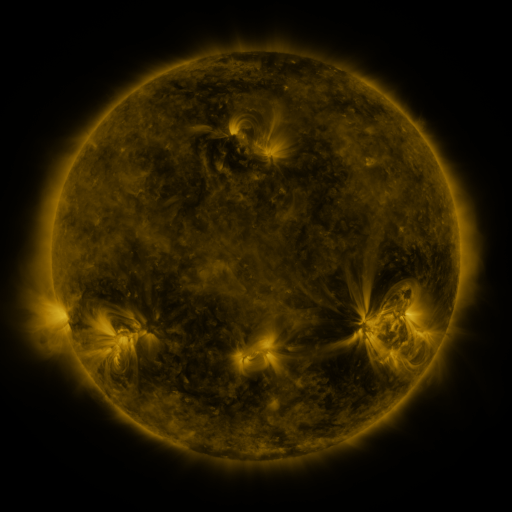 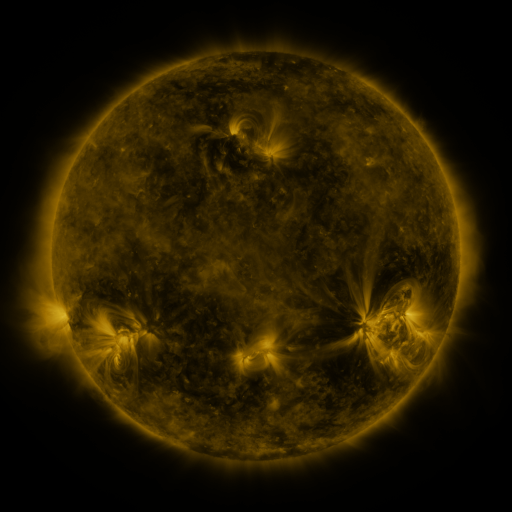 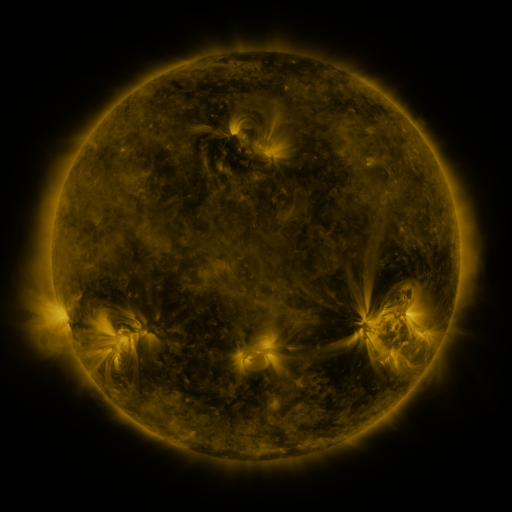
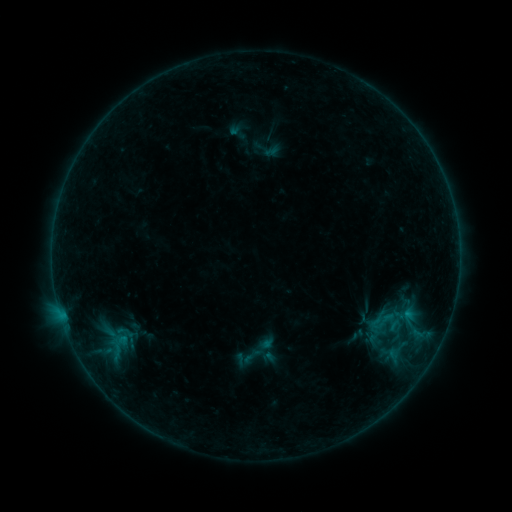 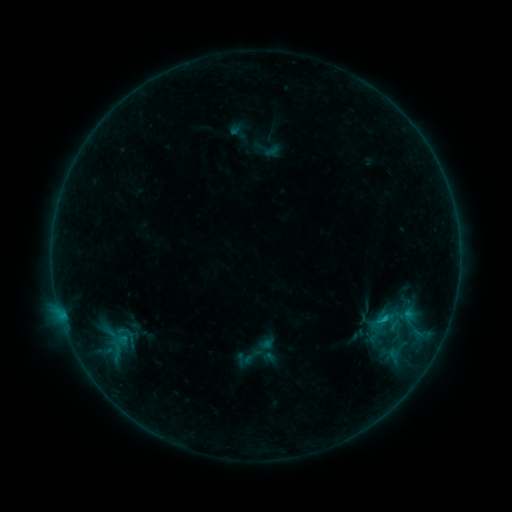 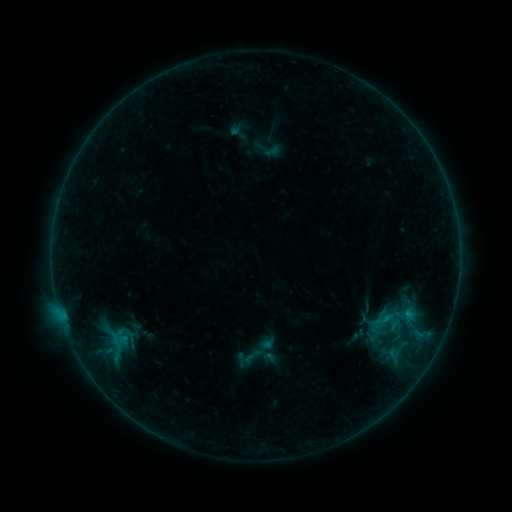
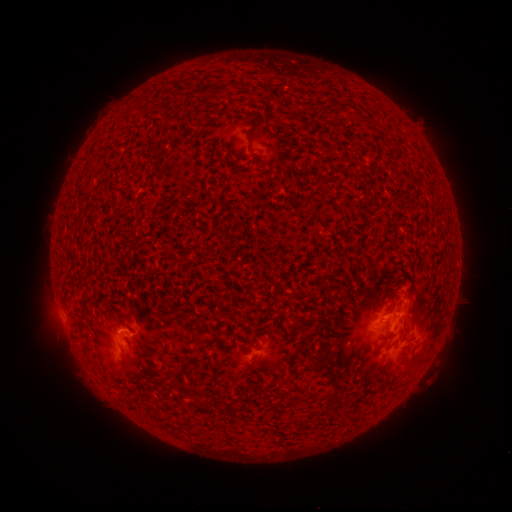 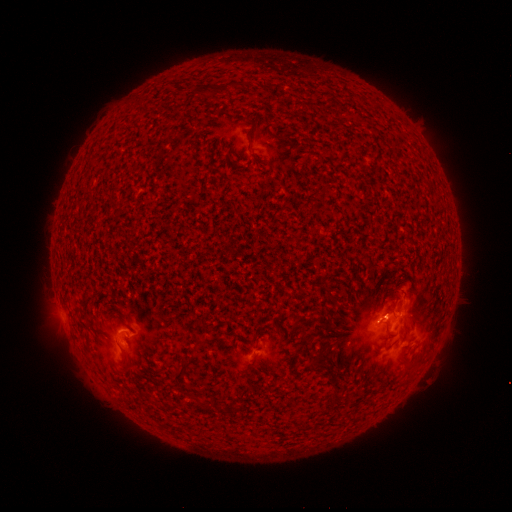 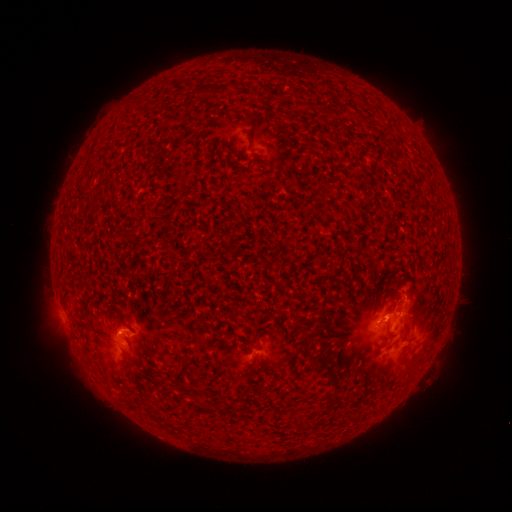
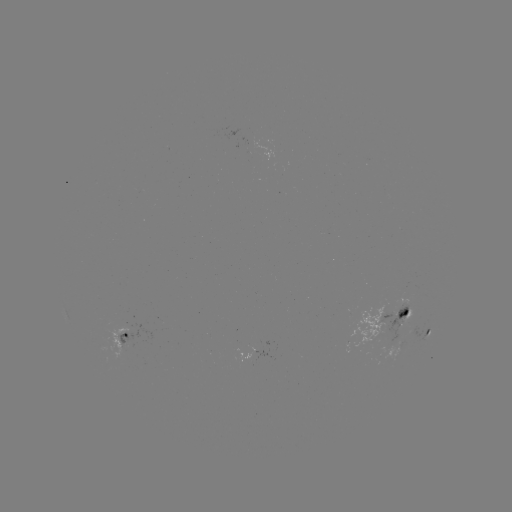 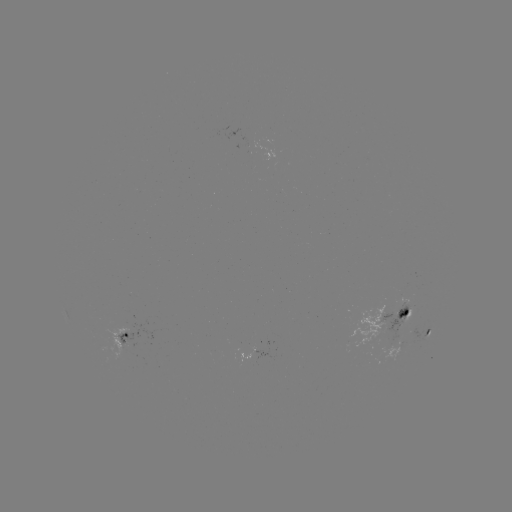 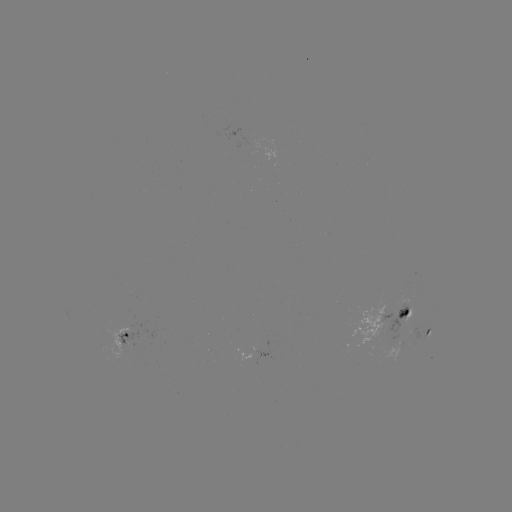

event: flare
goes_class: B6.8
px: (383, 316)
